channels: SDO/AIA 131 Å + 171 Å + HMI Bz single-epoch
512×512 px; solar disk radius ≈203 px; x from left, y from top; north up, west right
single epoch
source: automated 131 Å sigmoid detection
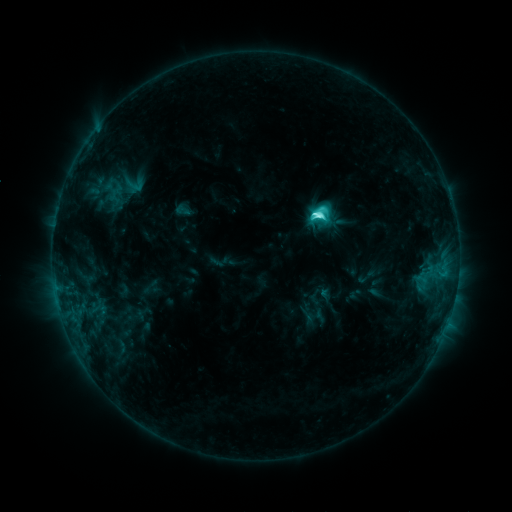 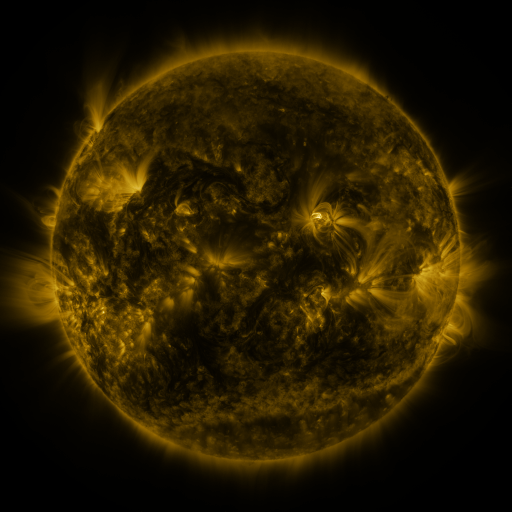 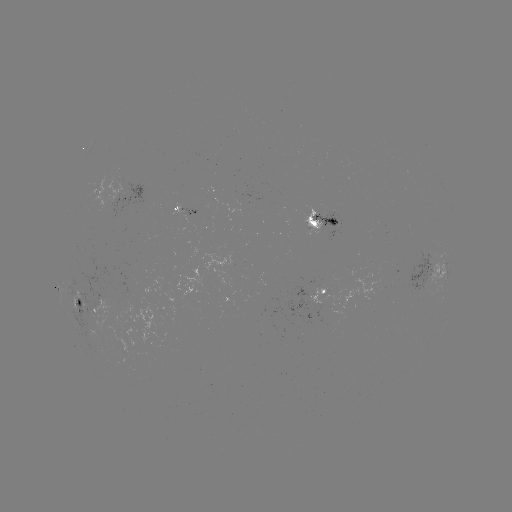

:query sigmoid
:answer (135, 185)